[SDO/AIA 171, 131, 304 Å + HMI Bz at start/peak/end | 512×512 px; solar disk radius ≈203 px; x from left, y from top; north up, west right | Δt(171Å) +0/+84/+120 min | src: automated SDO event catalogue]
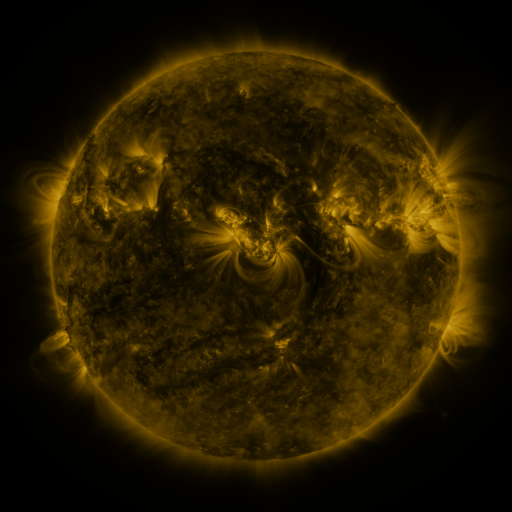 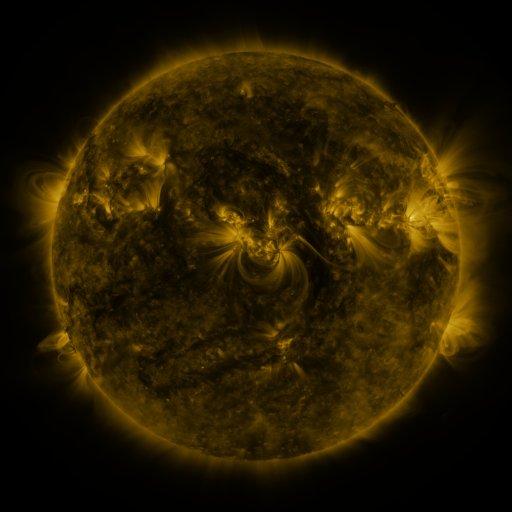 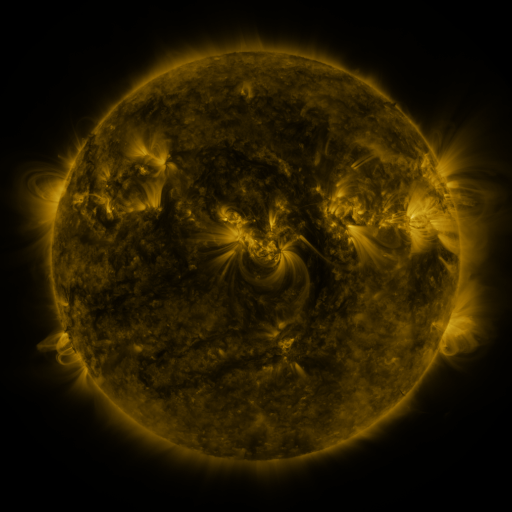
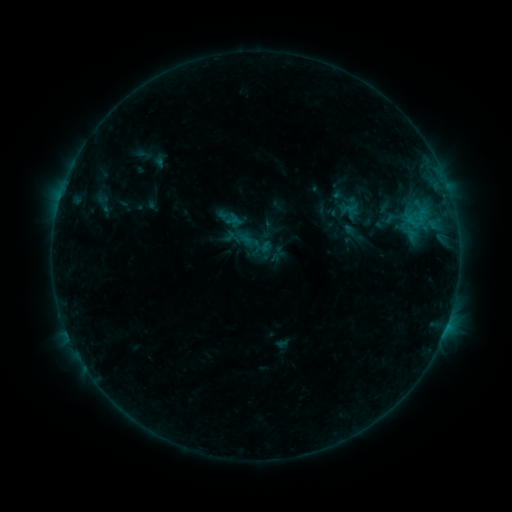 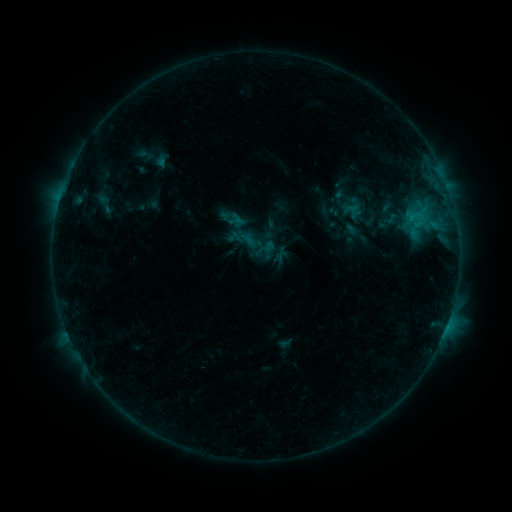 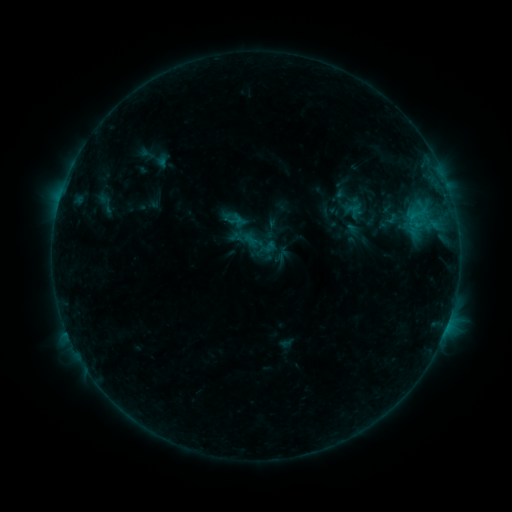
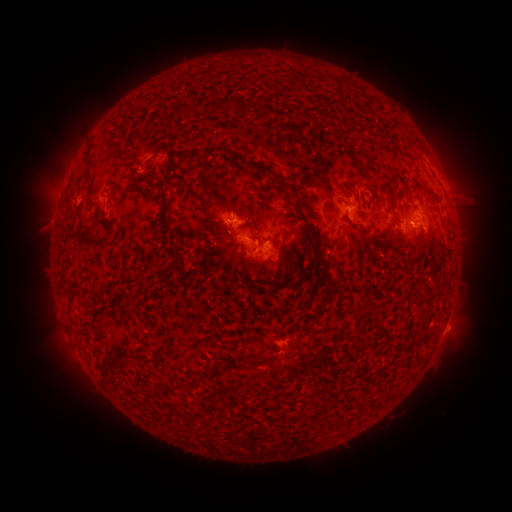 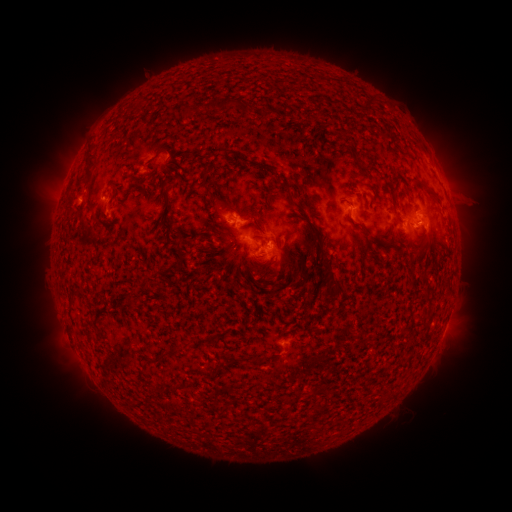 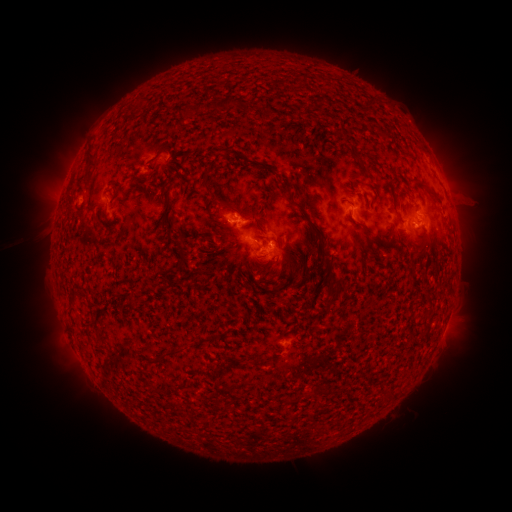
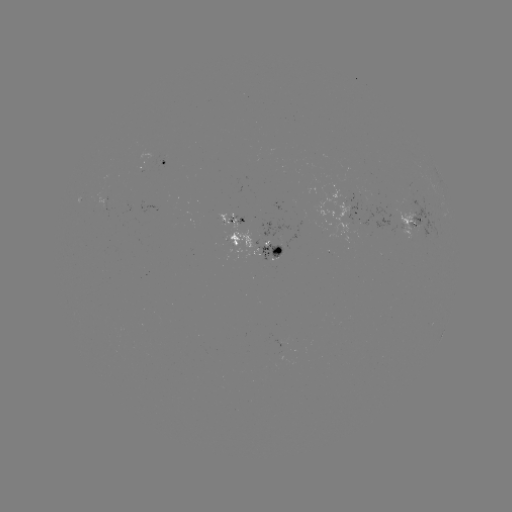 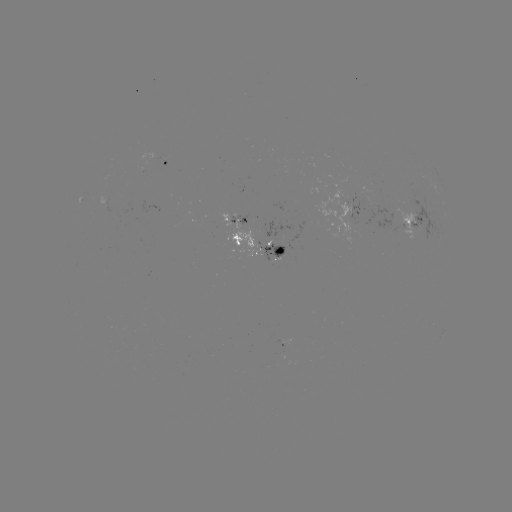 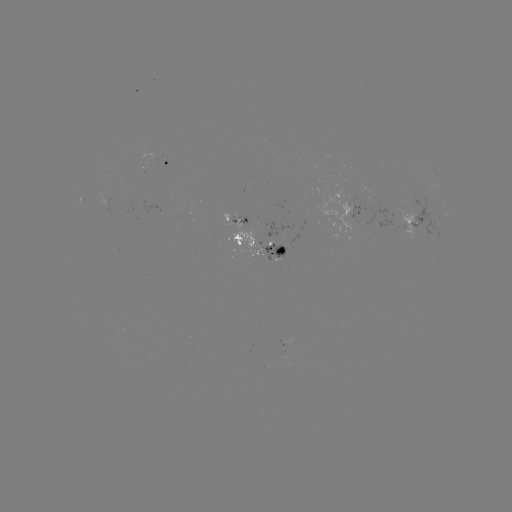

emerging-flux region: [310, 186, 364, 244]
